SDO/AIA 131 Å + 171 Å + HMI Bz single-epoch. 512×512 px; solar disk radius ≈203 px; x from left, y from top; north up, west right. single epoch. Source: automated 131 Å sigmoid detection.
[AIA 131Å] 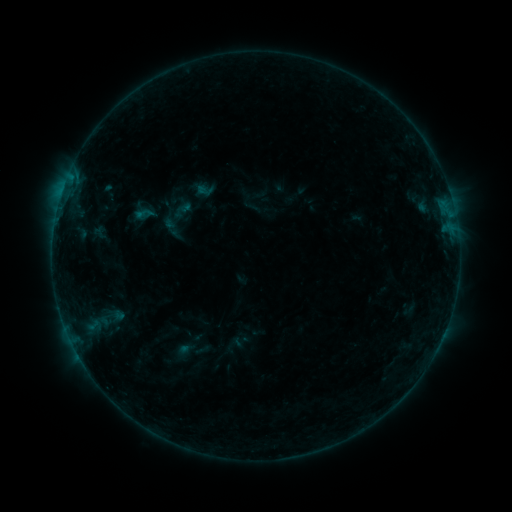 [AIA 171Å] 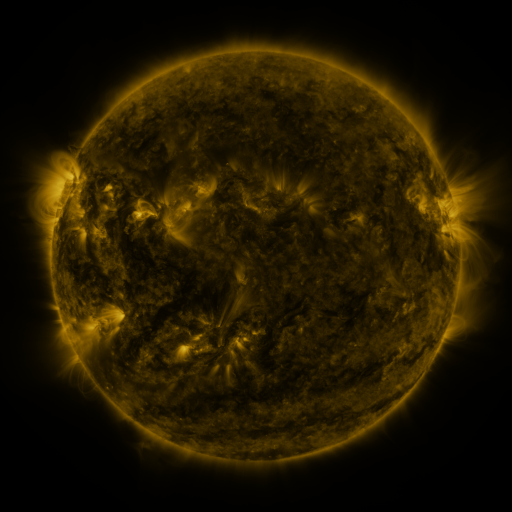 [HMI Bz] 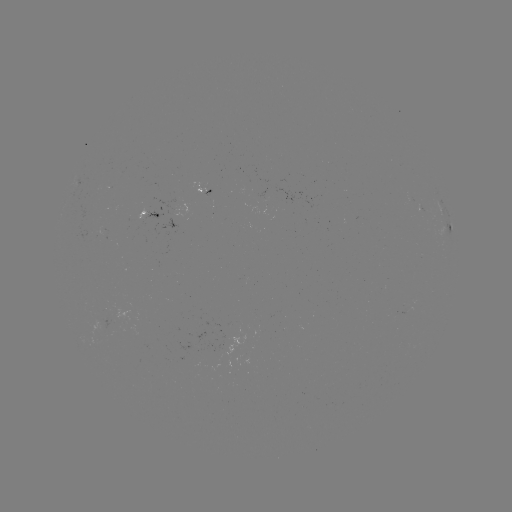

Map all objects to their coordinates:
sigmoid: [135, 204, 154, 223]
